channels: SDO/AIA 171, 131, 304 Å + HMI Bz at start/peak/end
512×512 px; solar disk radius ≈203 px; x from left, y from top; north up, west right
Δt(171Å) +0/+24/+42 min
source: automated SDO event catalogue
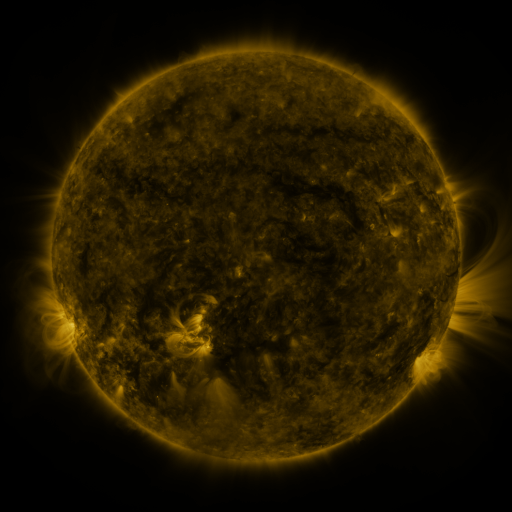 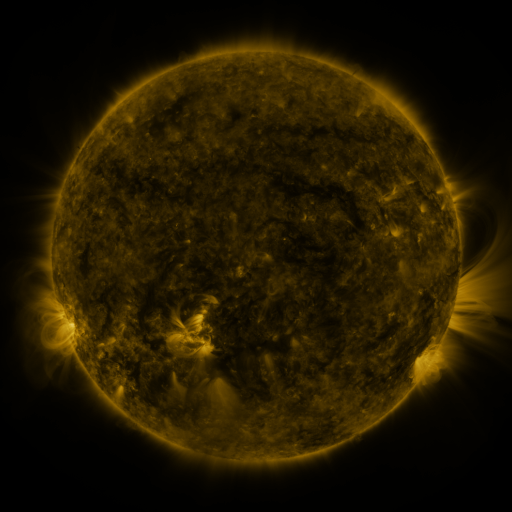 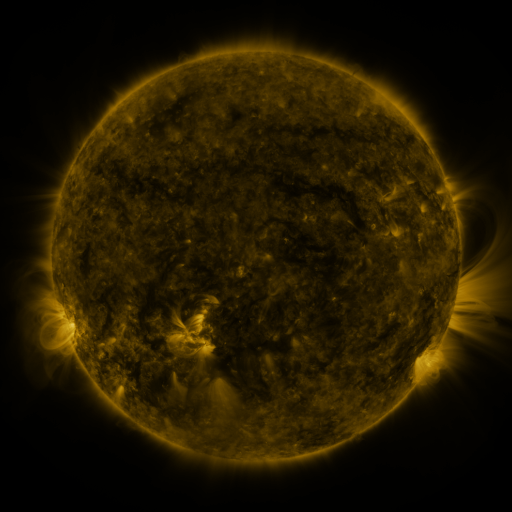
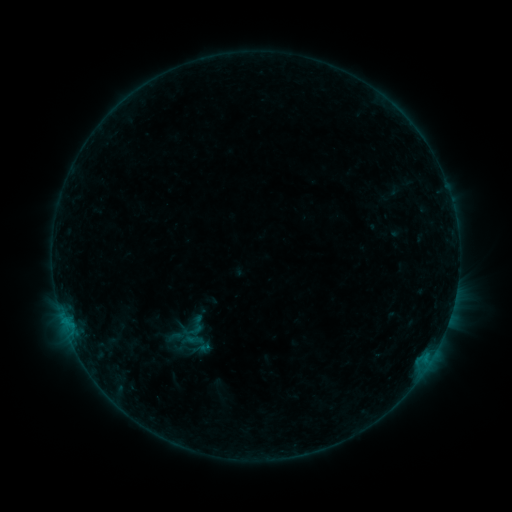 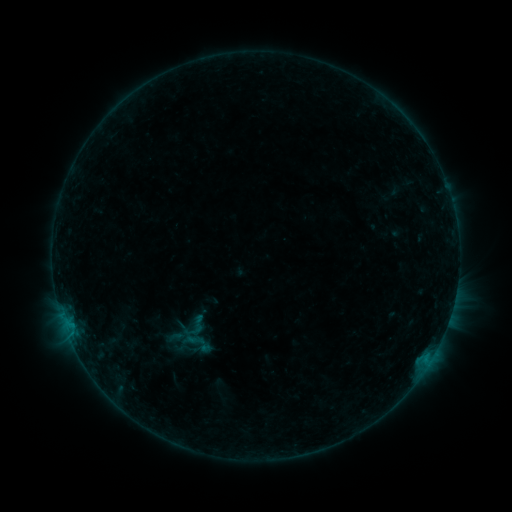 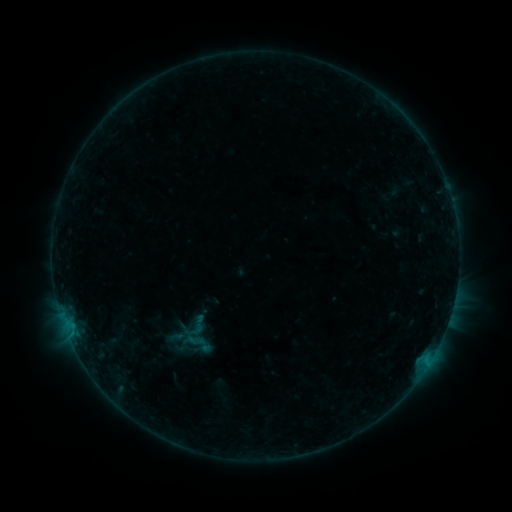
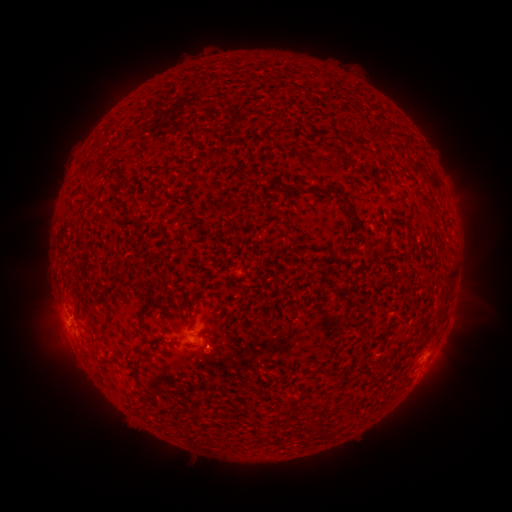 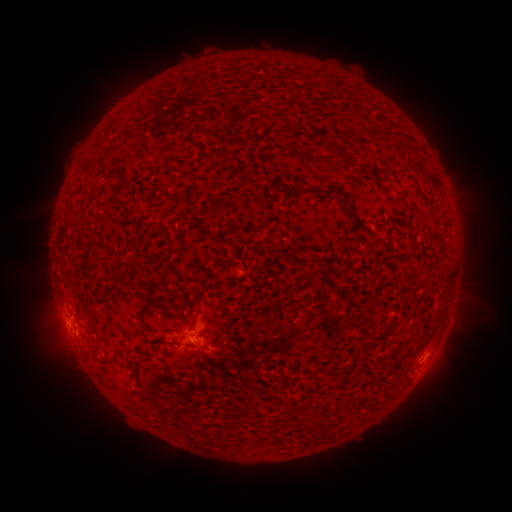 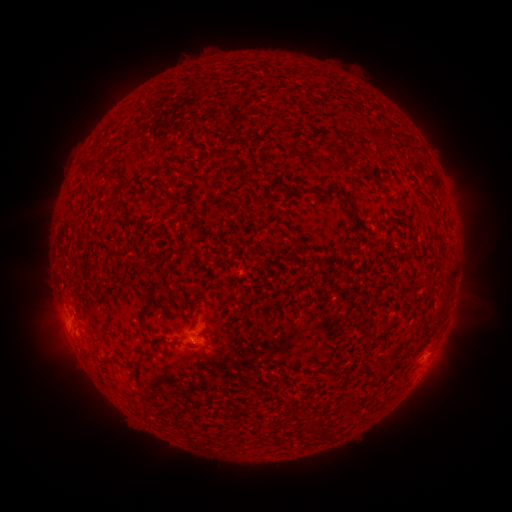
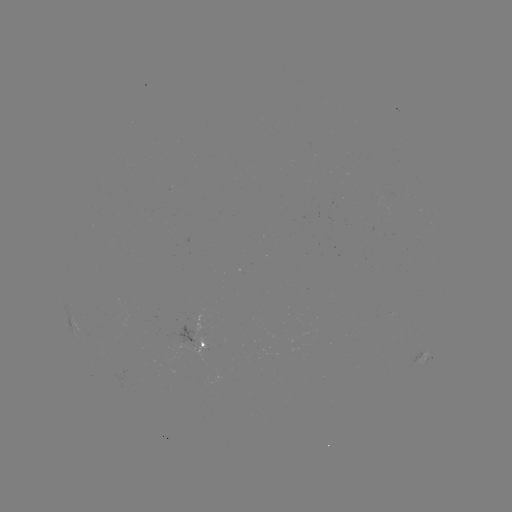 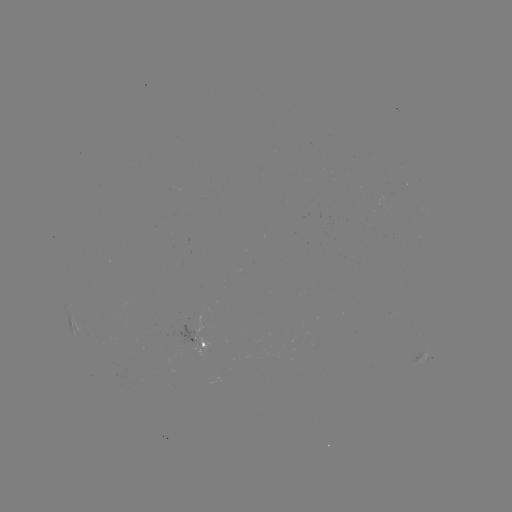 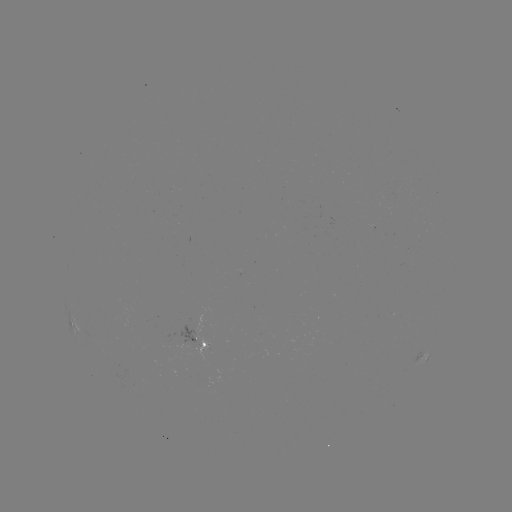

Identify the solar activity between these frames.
no catalogued flare and no flagged EUV brightening in this window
